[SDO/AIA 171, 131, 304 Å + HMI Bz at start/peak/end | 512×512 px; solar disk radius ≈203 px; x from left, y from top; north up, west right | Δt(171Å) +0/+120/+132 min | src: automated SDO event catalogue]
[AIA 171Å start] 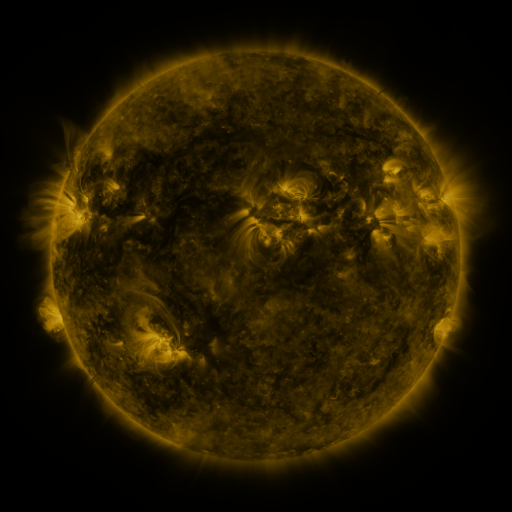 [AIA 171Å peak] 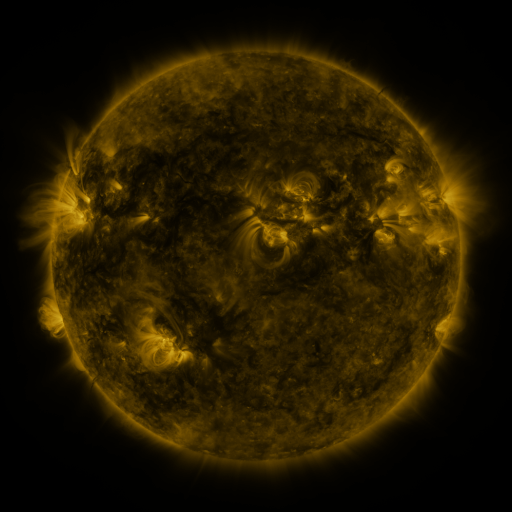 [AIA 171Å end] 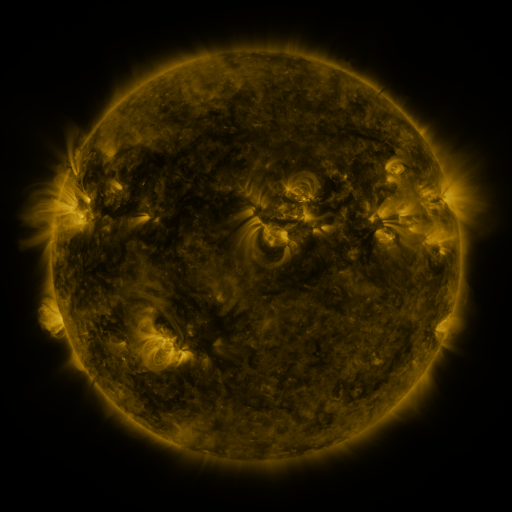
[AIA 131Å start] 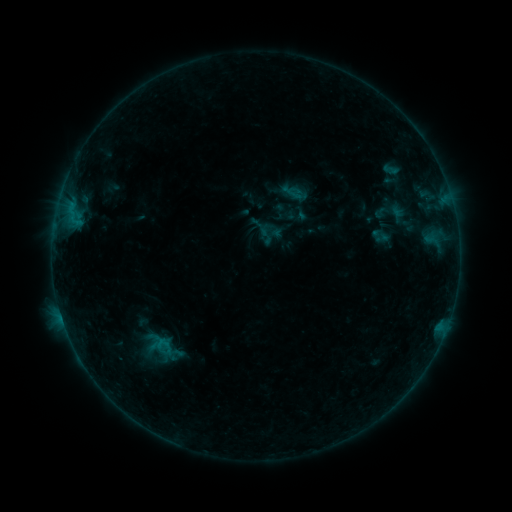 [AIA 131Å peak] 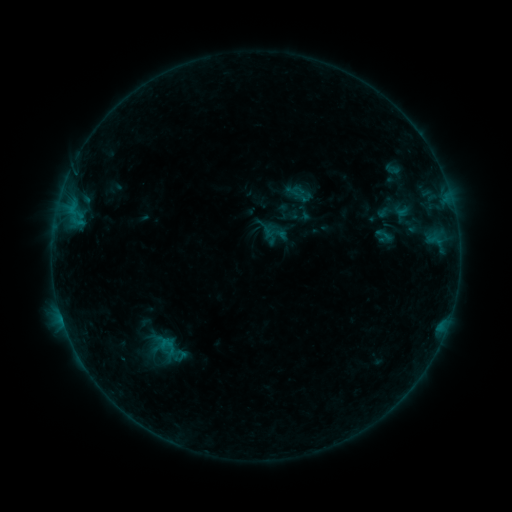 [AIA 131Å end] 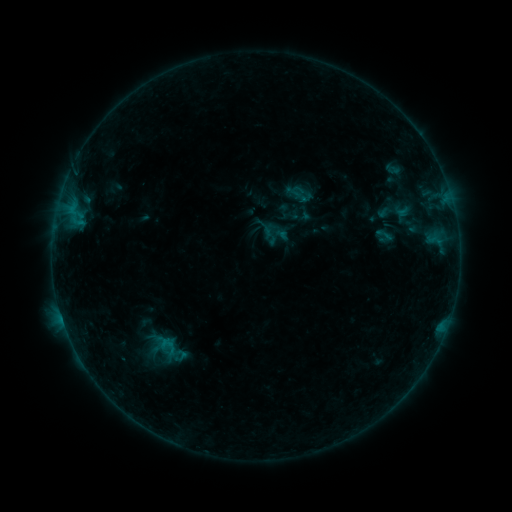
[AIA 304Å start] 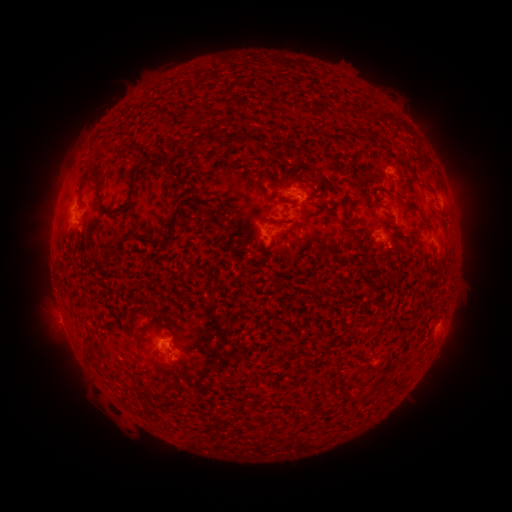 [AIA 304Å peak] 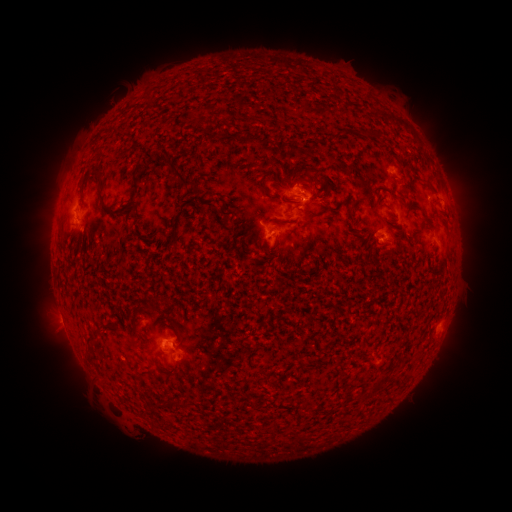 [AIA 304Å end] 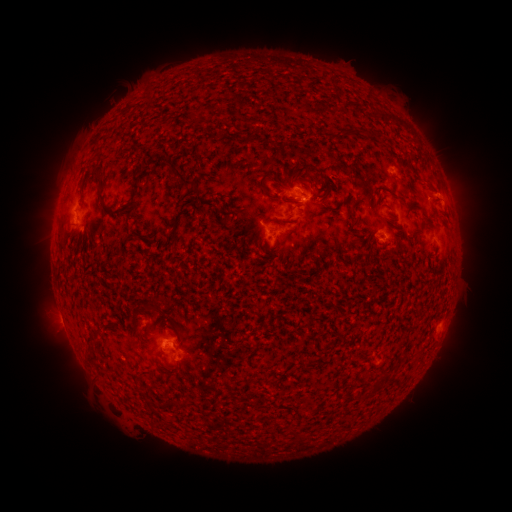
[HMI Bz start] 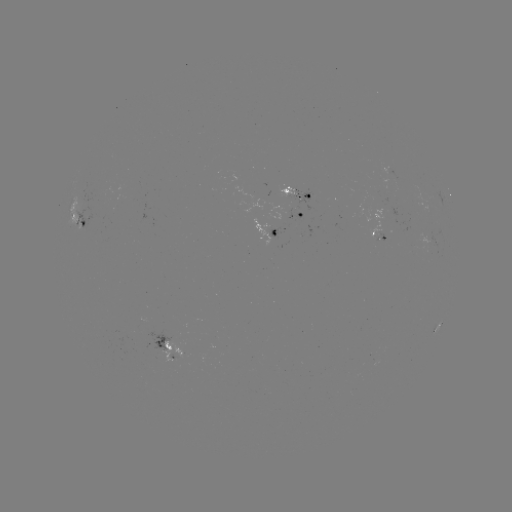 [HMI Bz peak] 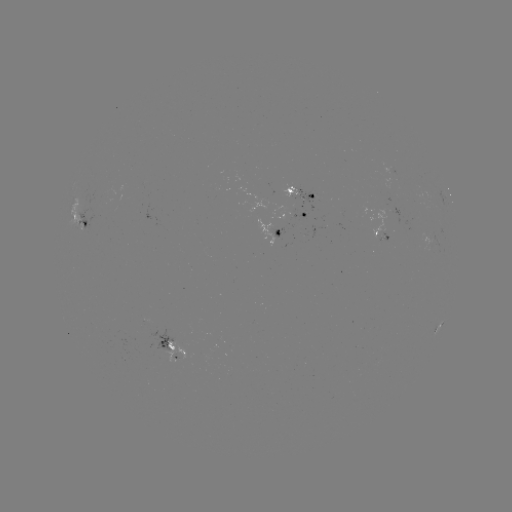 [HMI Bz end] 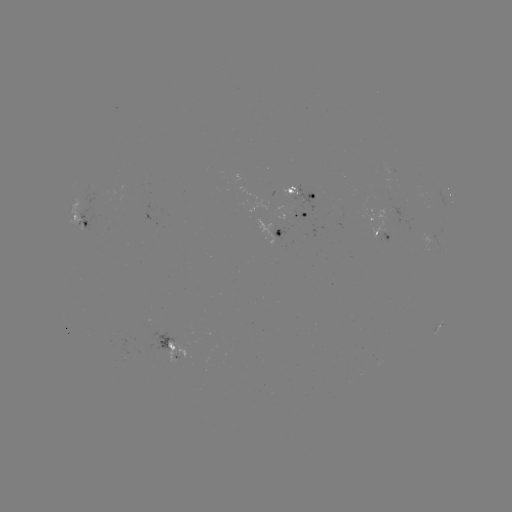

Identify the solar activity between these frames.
emerging-flux region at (293, 210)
